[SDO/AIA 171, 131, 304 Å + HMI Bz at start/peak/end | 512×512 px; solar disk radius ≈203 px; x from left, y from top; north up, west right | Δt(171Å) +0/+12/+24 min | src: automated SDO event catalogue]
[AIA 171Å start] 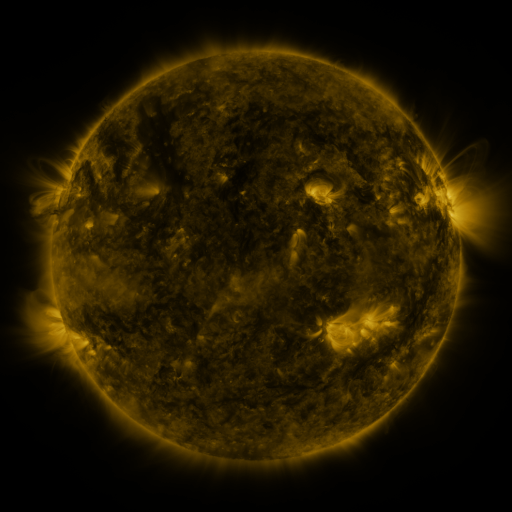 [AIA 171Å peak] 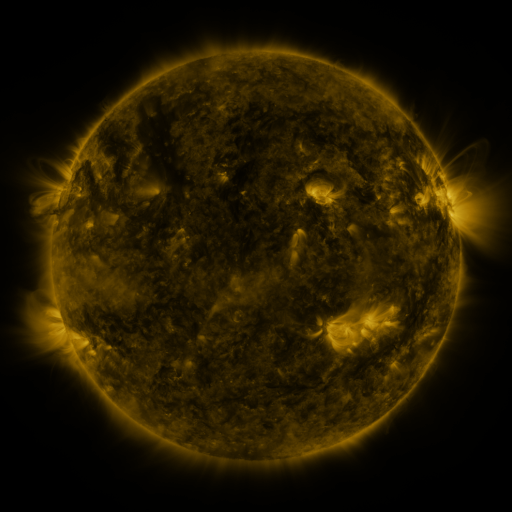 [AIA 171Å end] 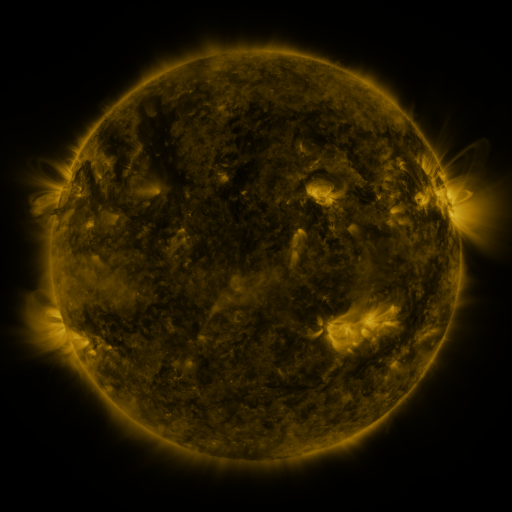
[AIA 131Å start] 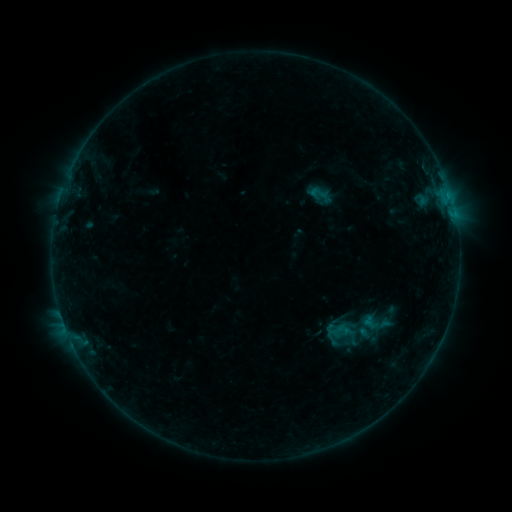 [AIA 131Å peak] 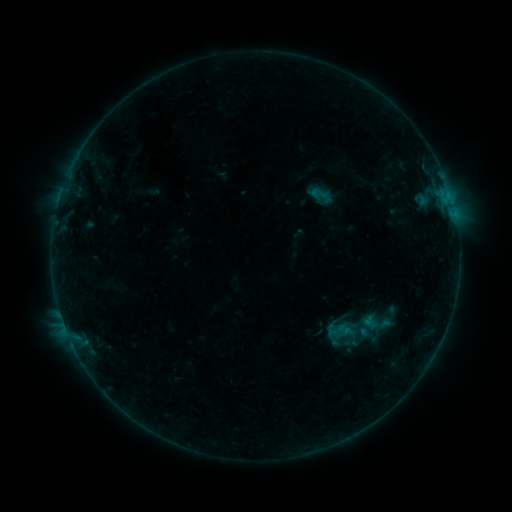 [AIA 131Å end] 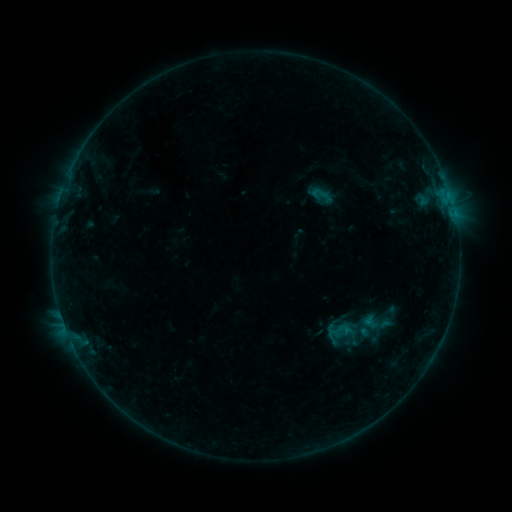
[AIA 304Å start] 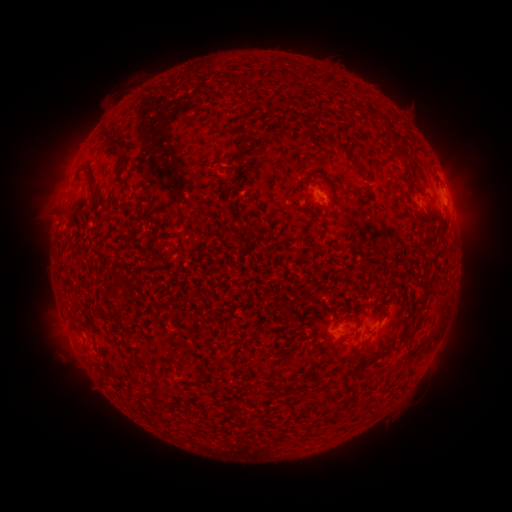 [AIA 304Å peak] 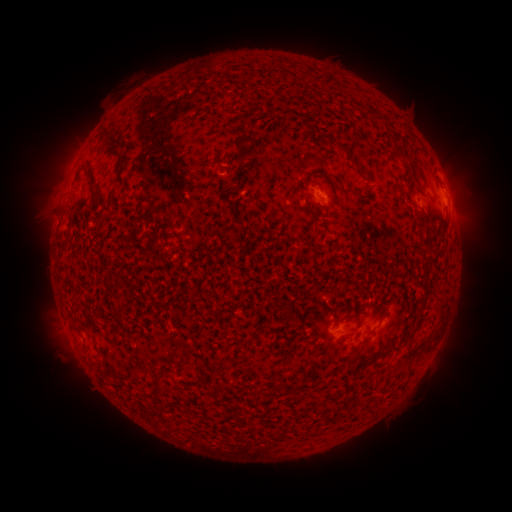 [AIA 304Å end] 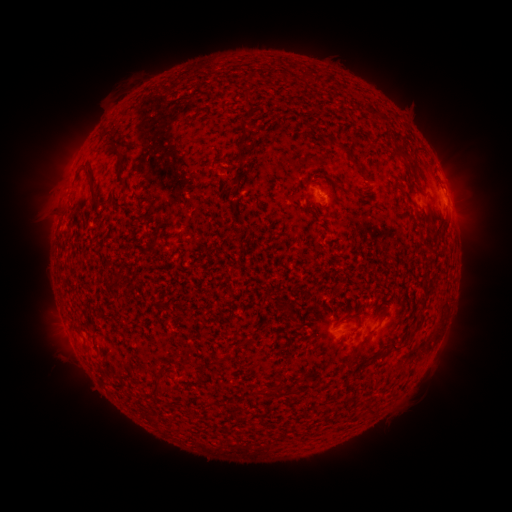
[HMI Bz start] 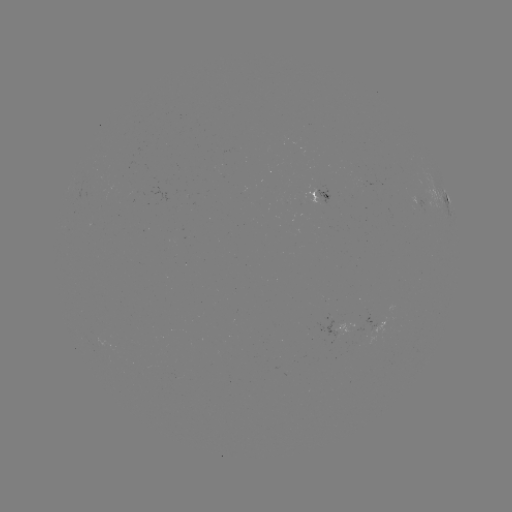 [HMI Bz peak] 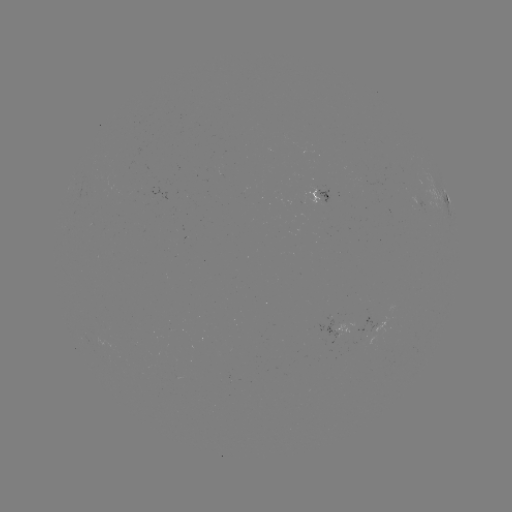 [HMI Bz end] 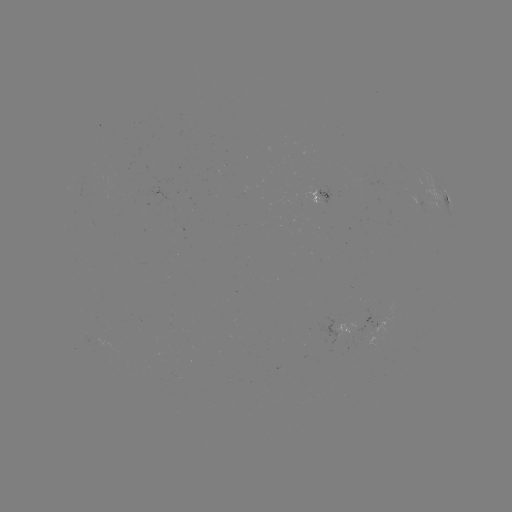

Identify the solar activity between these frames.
no classed flare was catalogued and no EUV brightening was flagged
